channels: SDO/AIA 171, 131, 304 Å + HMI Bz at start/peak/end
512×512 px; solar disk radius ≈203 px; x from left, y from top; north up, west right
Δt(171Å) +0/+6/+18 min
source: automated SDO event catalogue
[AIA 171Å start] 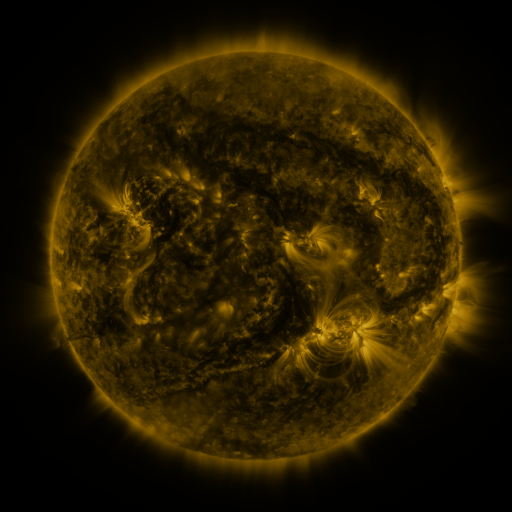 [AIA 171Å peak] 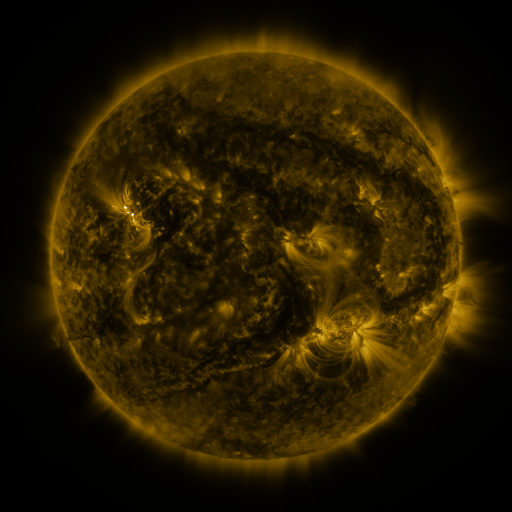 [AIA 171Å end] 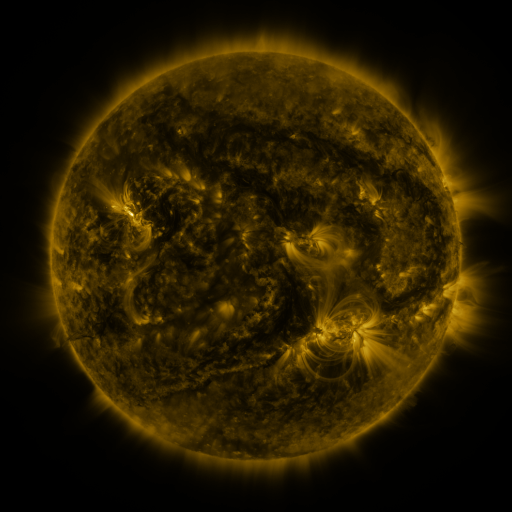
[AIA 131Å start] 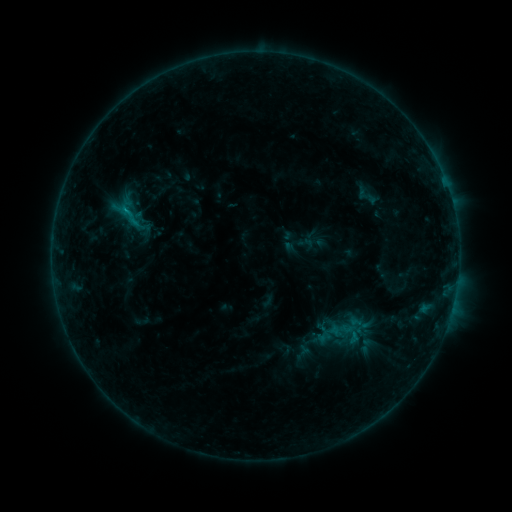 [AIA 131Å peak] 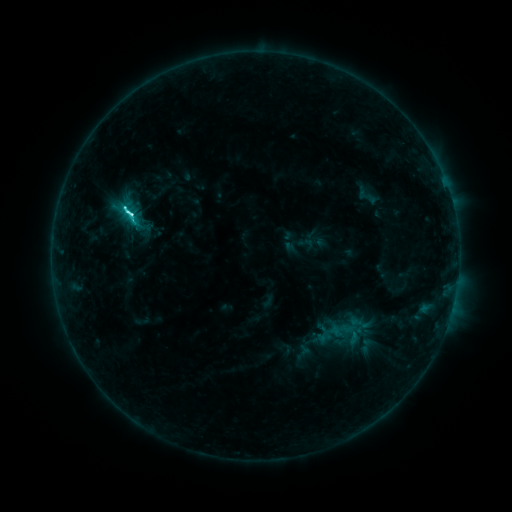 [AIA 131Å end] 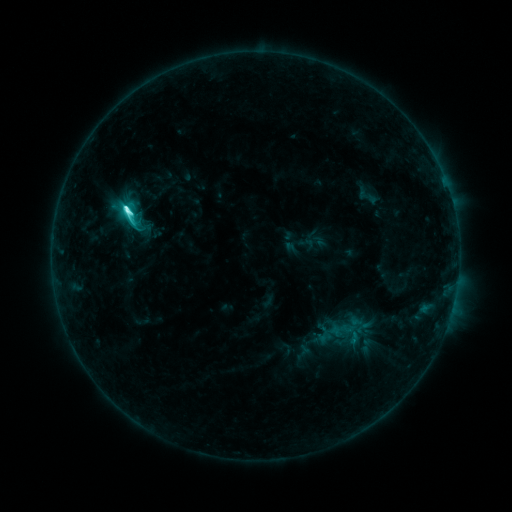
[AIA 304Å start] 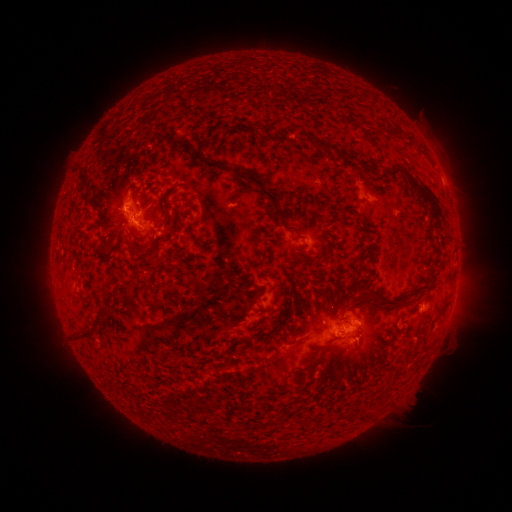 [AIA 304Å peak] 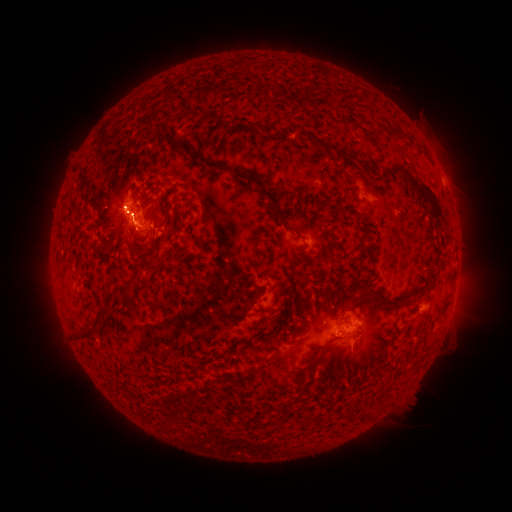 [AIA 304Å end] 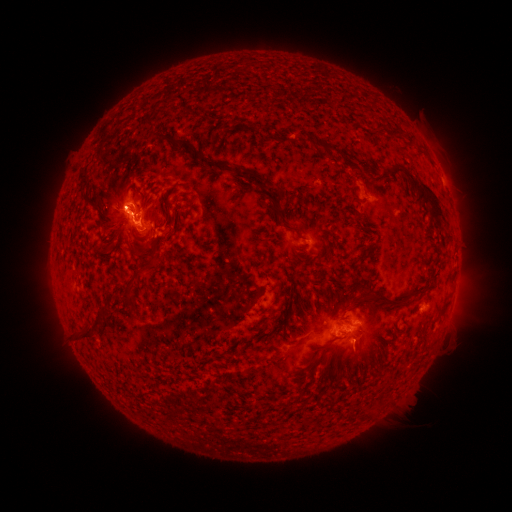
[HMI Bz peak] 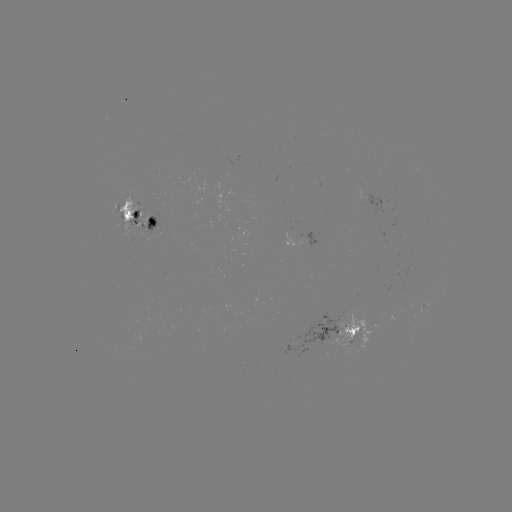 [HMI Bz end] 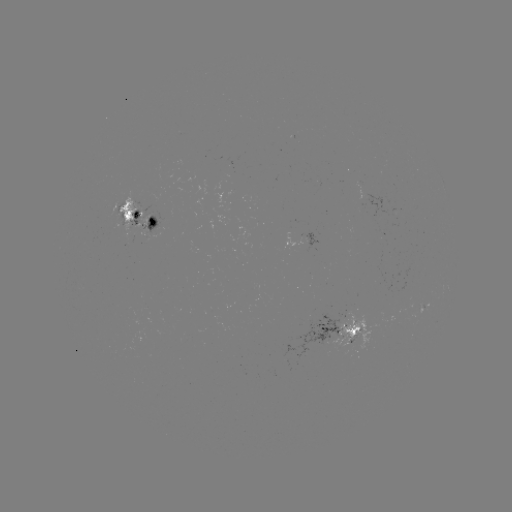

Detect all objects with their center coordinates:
C8.1 flare: (130, 214)
